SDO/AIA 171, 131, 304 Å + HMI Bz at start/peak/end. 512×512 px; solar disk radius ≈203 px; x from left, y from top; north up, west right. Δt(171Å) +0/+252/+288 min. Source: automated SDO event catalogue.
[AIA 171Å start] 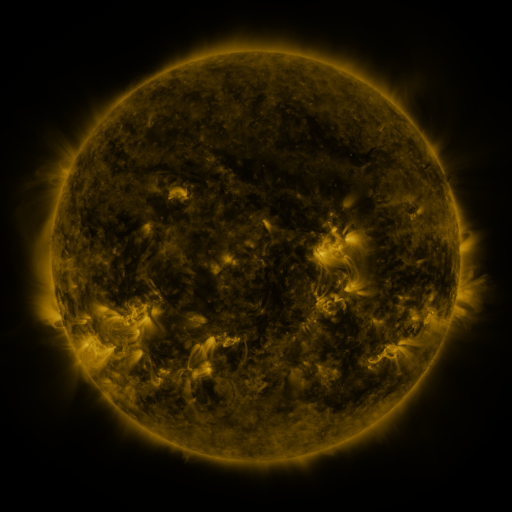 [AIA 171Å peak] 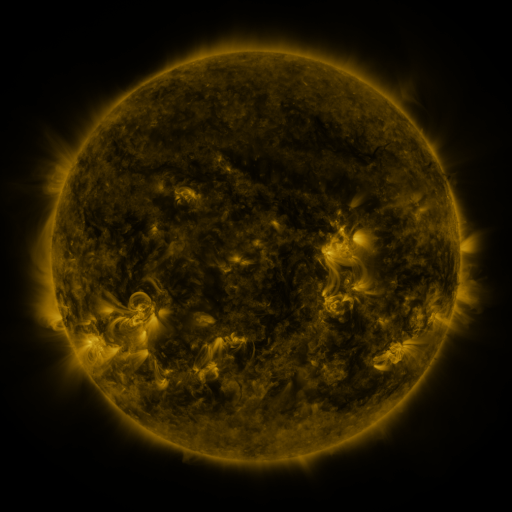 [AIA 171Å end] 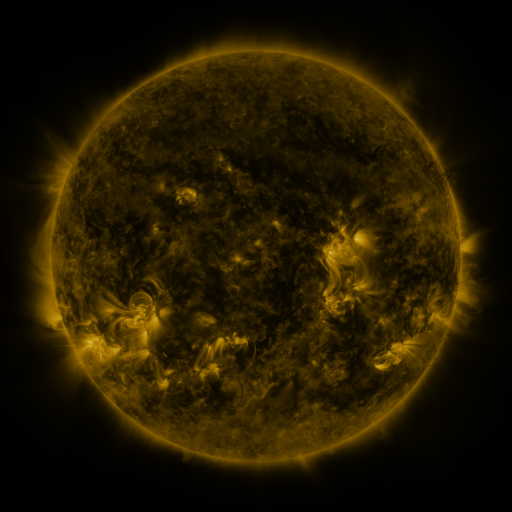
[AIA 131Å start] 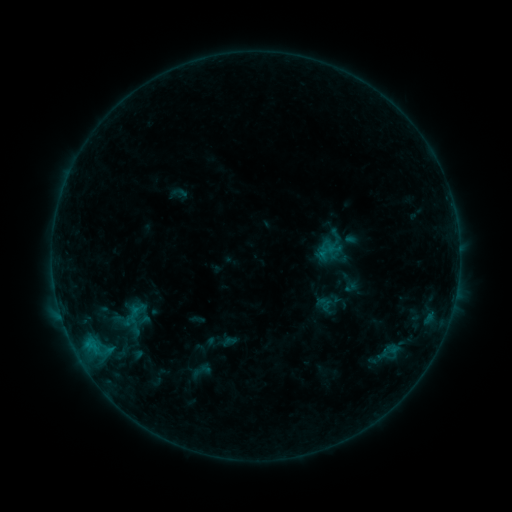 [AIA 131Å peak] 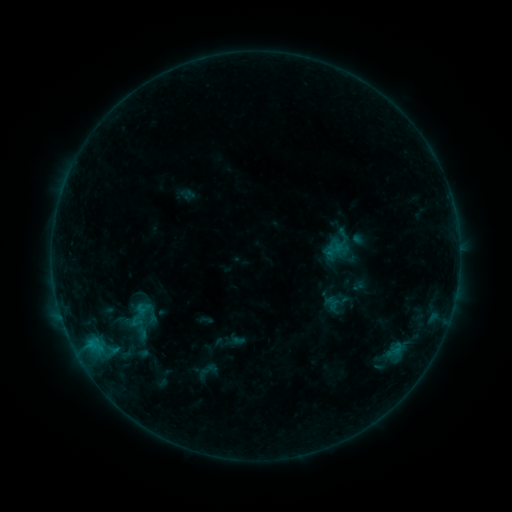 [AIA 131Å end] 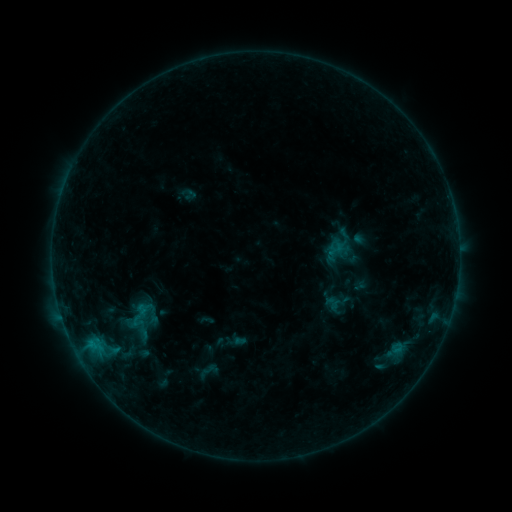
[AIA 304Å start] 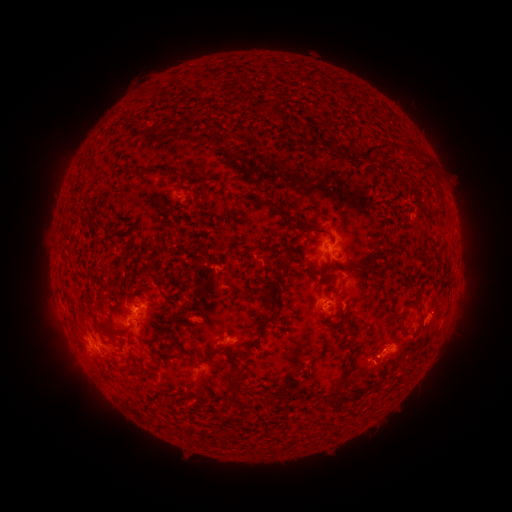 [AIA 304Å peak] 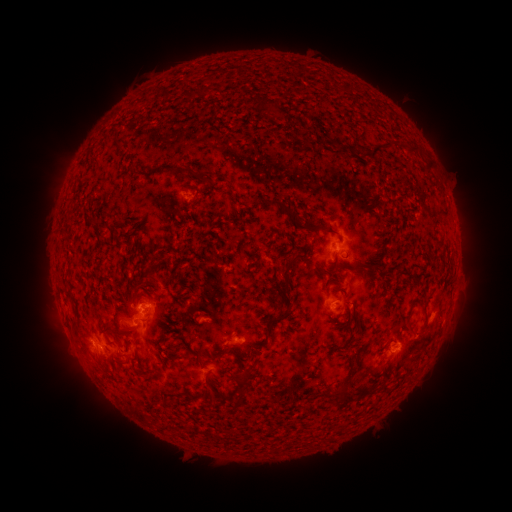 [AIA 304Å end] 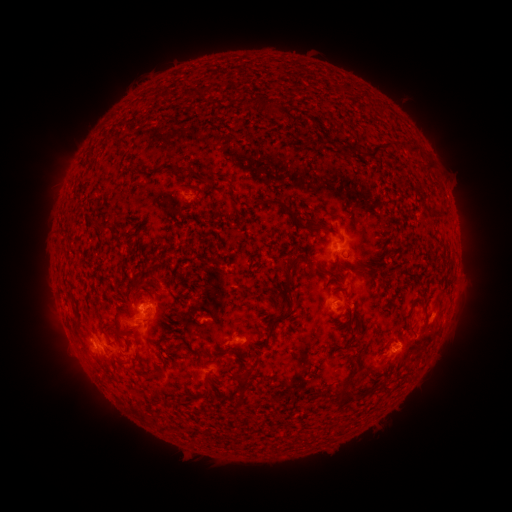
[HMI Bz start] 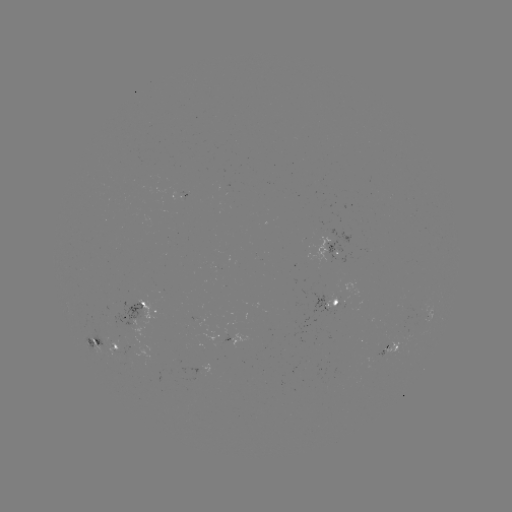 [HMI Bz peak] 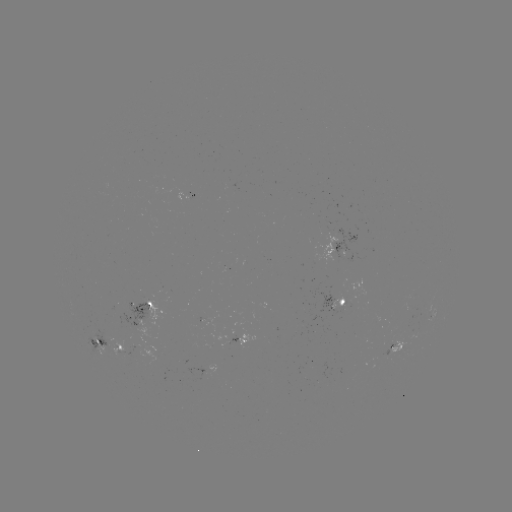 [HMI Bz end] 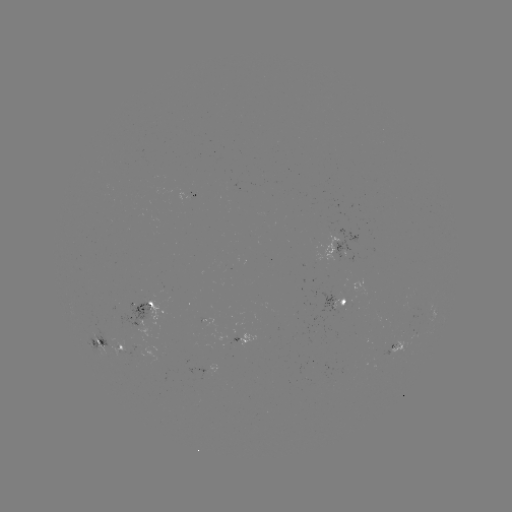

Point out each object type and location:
emerging-flux region: (394, 347)
